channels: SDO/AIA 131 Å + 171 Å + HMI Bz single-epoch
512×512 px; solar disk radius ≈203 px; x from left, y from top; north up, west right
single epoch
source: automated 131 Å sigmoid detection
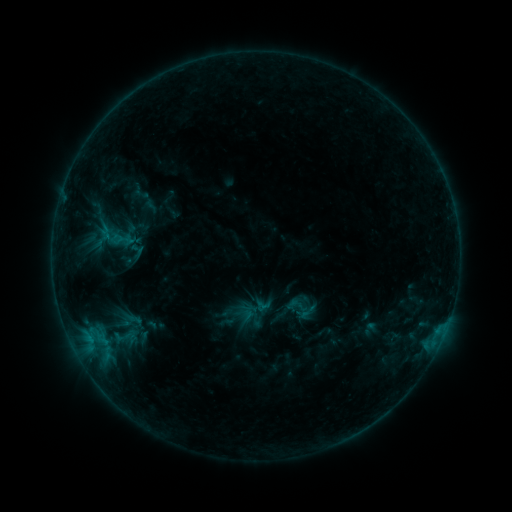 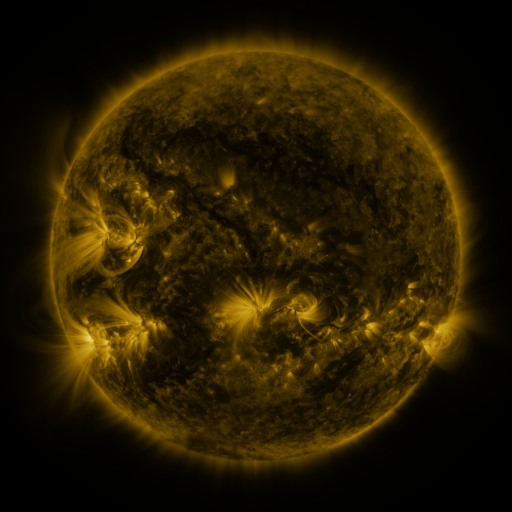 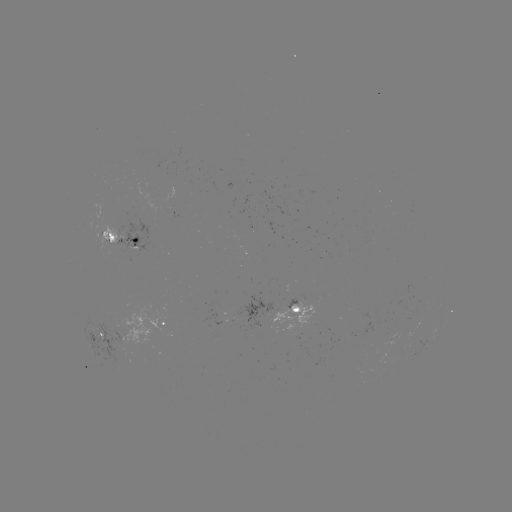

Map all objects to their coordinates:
sigmoid: (295, 305)
